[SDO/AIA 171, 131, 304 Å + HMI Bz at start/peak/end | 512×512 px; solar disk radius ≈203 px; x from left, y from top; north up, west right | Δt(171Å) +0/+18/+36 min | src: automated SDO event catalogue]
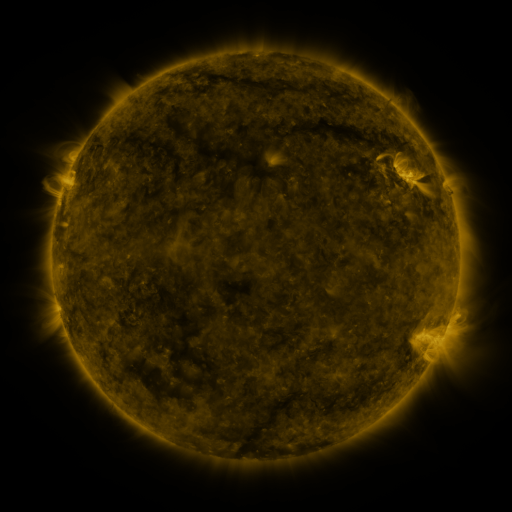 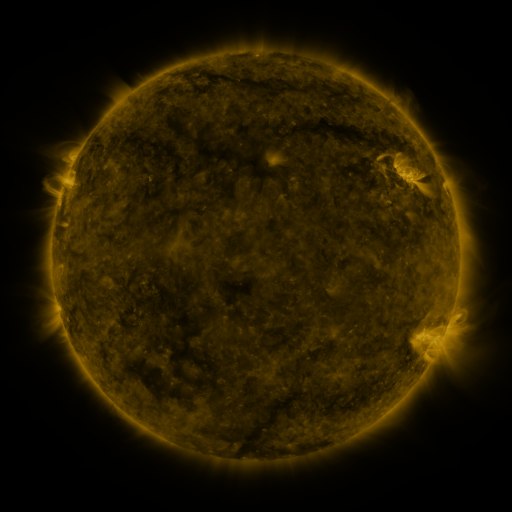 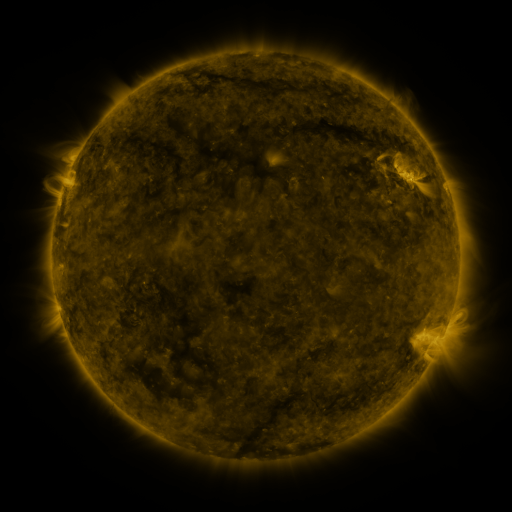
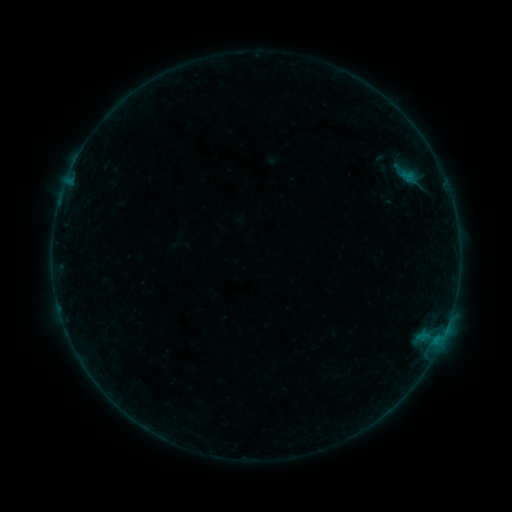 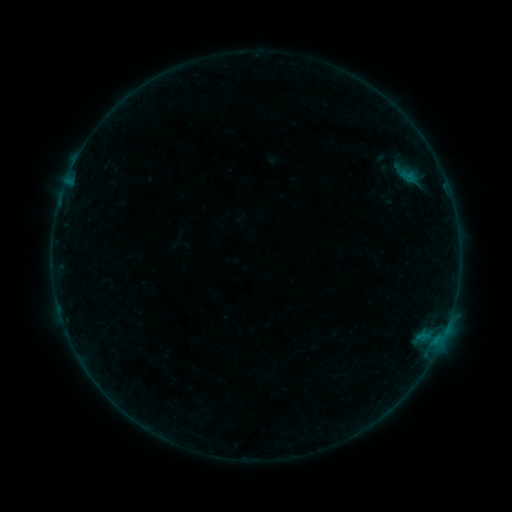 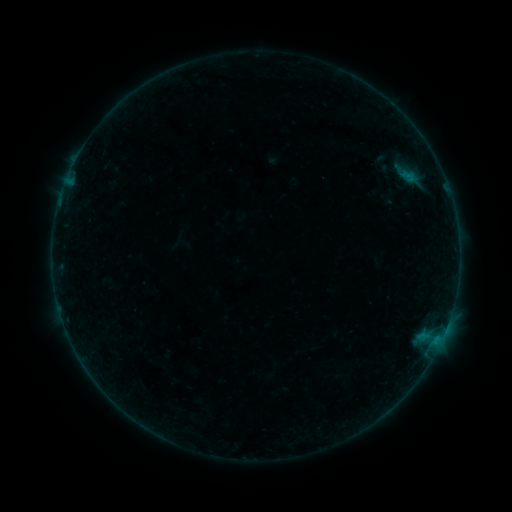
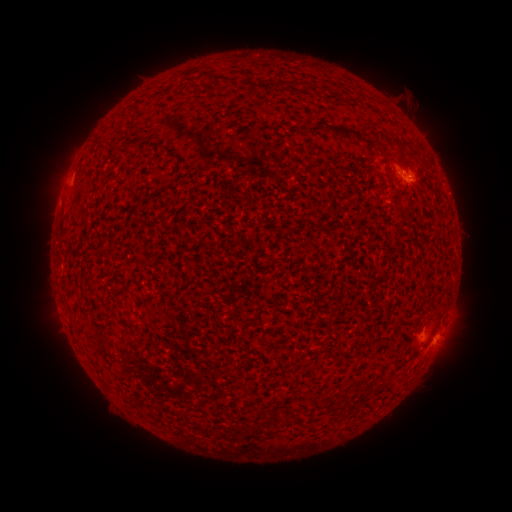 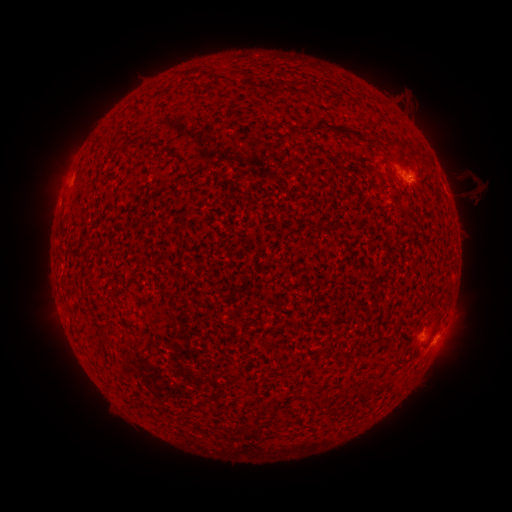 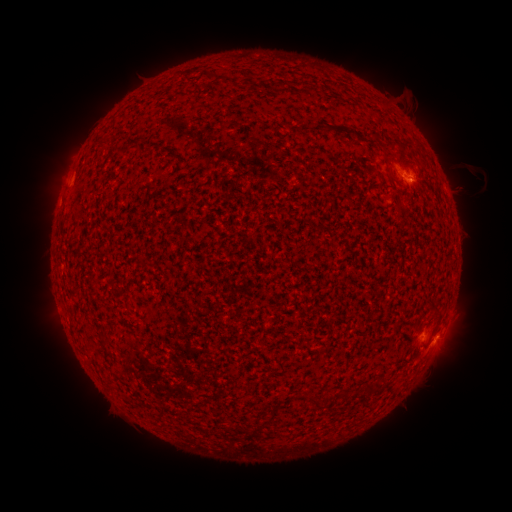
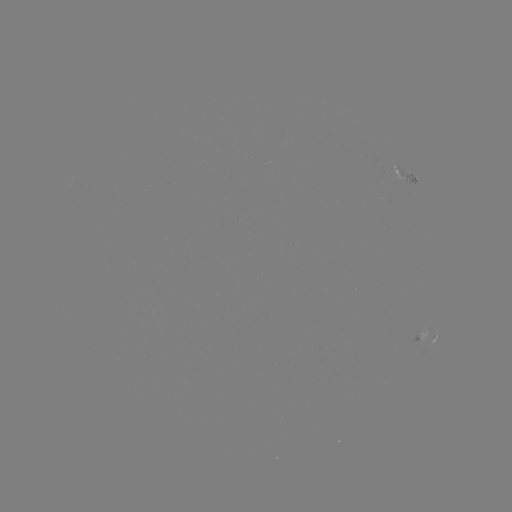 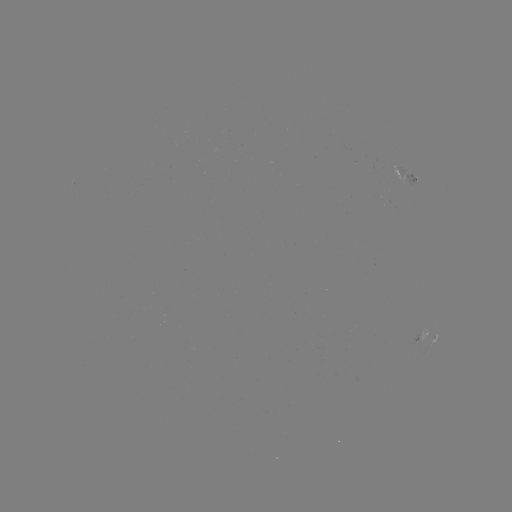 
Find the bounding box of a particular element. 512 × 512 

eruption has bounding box [422, 133, 508, 245].